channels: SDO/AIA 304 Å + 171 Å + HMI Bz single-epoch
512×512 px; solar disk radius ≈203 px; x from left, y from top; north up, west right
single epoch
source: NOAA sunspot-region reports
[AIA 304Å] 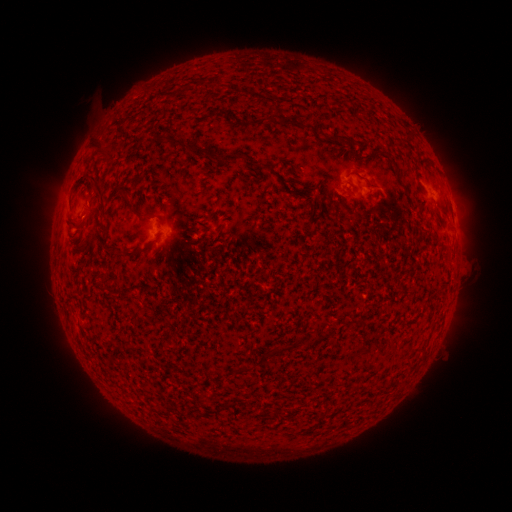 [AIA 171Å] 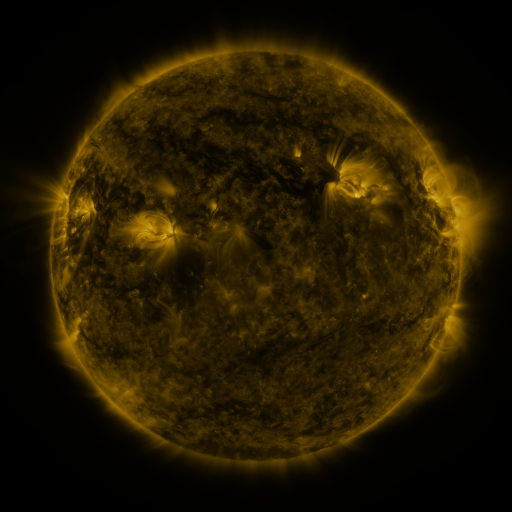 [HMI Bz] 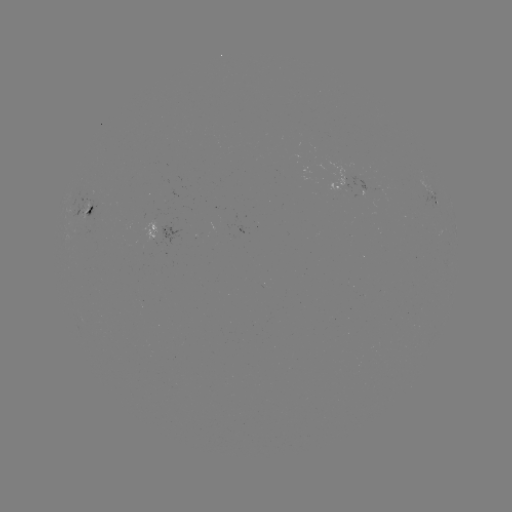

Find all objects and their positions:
spotted active region: (351, 189)
spotted active region: (436, 201)
spotted active region: (89, 213)
spotted active region: (160, 230)
